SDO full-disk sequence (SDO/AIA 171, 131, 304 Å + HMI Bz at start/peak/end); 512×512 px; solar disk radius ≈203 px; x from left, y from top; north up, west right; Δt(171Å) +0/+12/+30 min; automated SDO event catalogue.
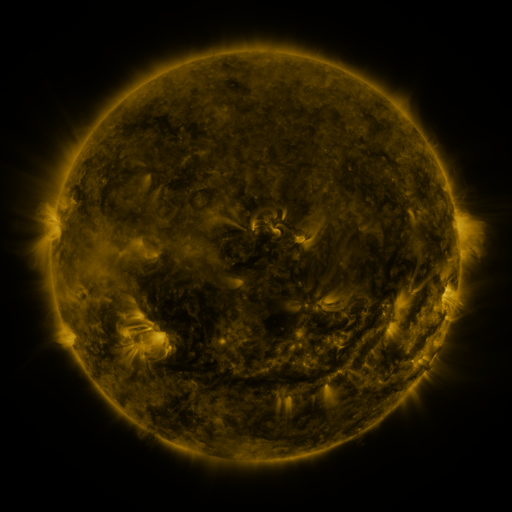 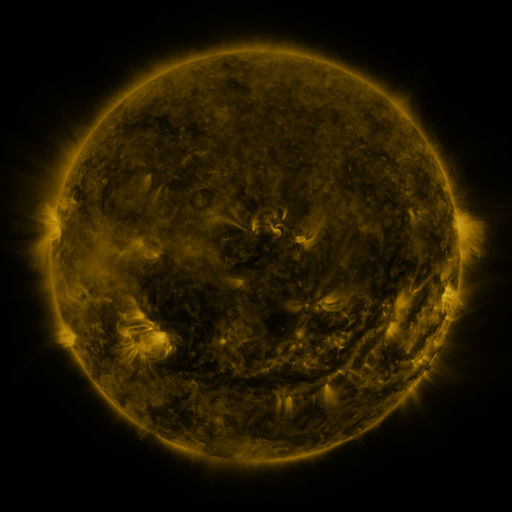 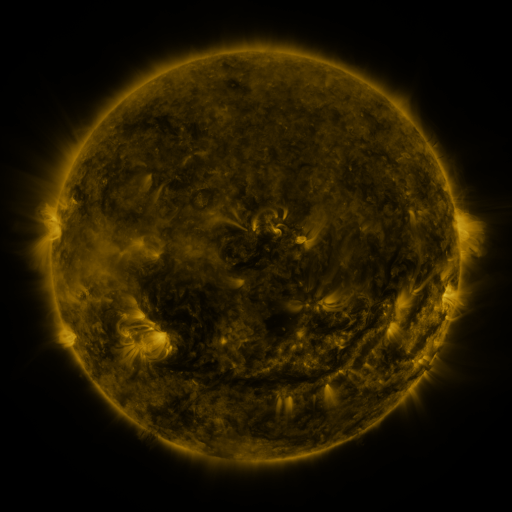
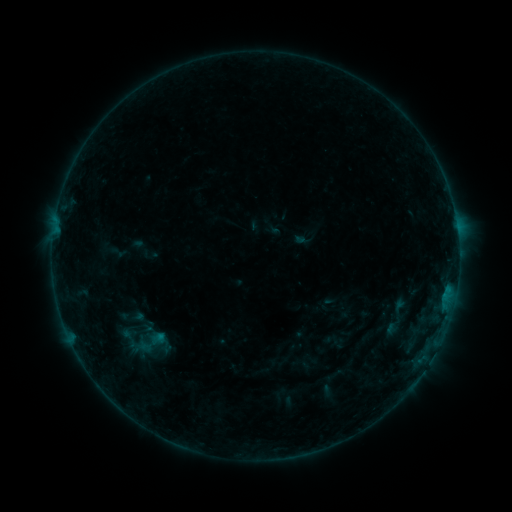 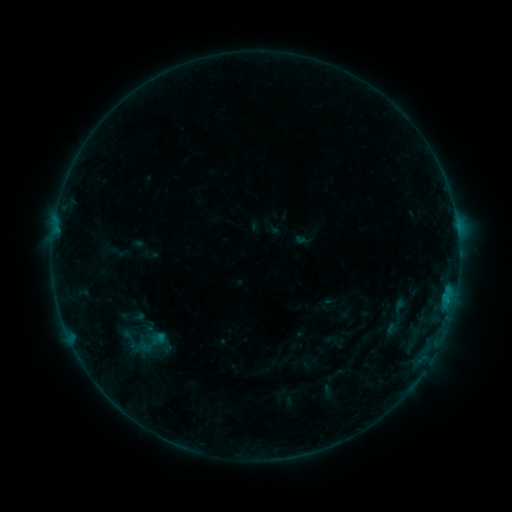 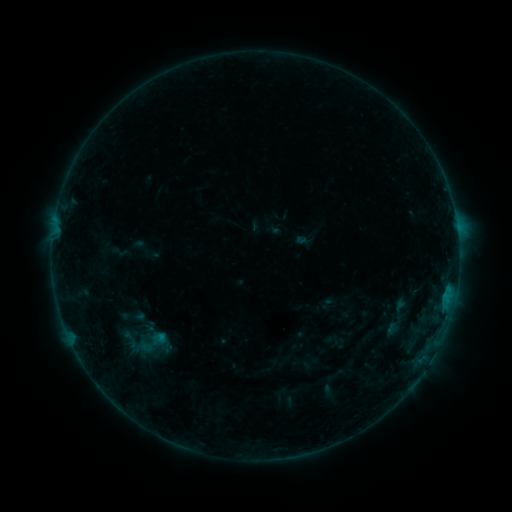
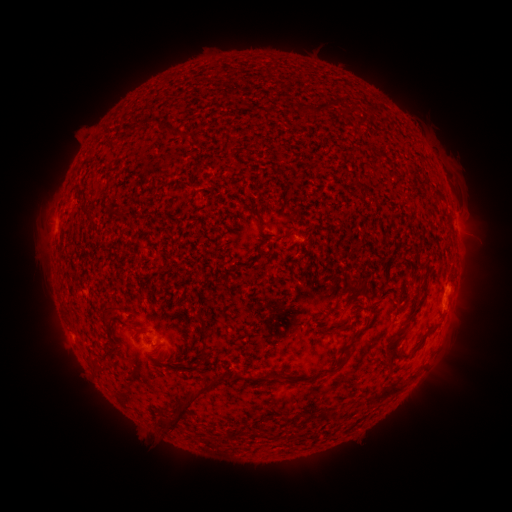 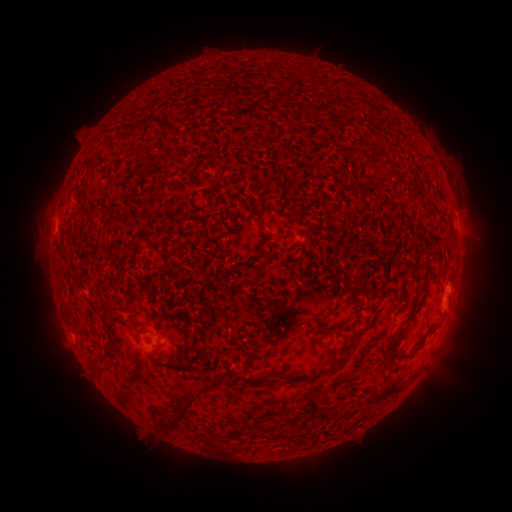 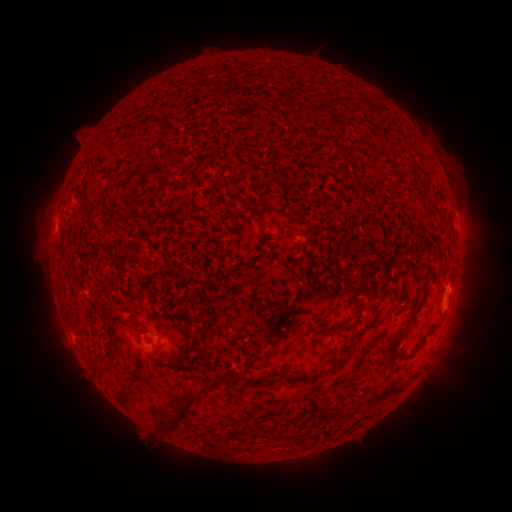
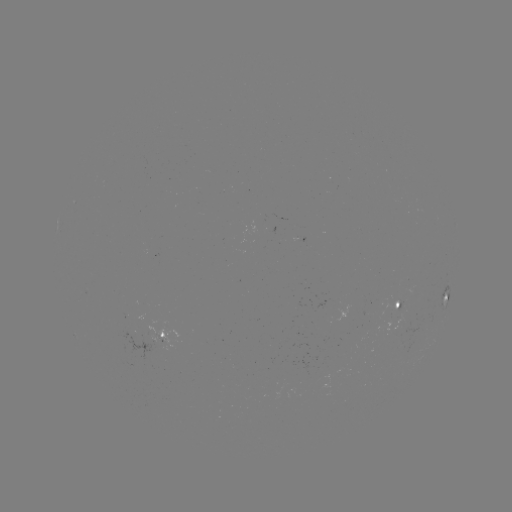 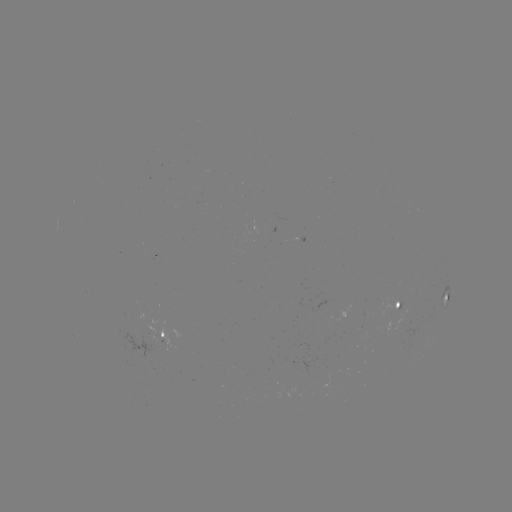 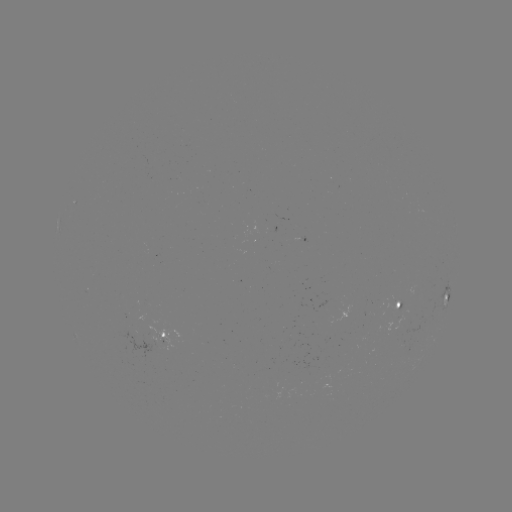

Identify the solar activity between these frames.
B3.4 flare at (446, 299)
